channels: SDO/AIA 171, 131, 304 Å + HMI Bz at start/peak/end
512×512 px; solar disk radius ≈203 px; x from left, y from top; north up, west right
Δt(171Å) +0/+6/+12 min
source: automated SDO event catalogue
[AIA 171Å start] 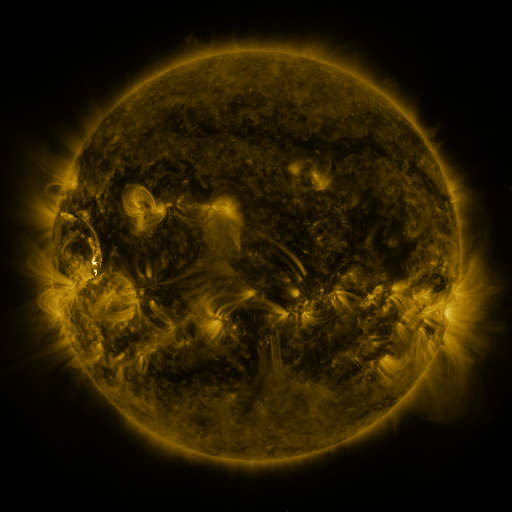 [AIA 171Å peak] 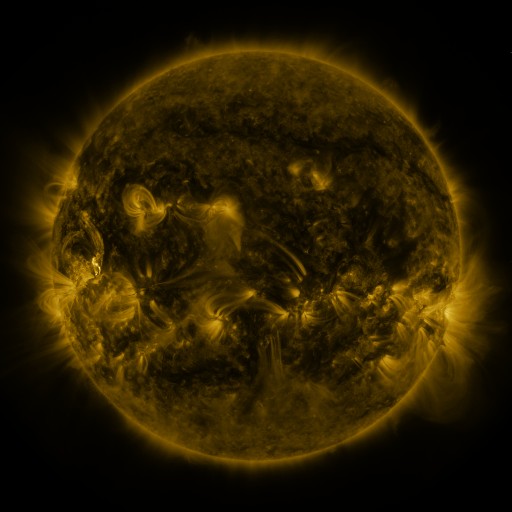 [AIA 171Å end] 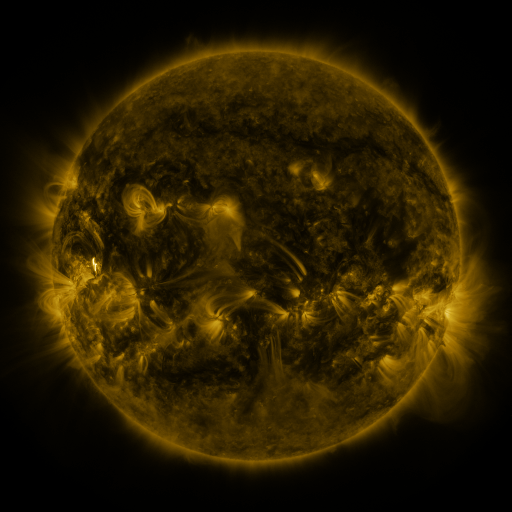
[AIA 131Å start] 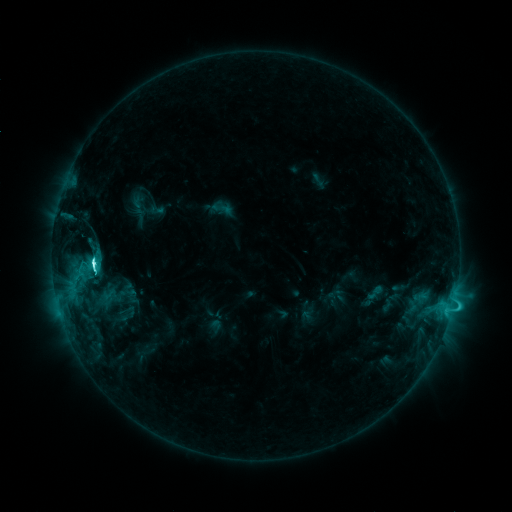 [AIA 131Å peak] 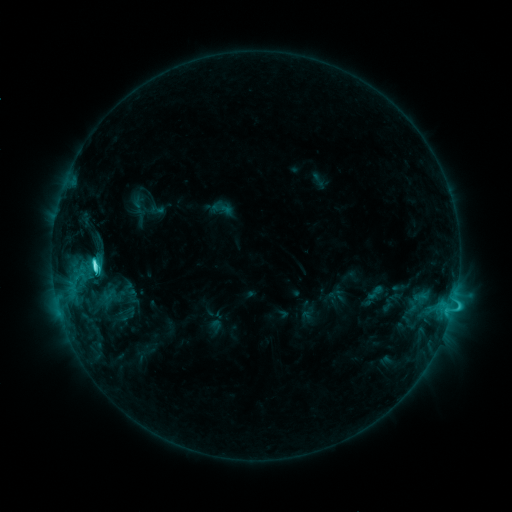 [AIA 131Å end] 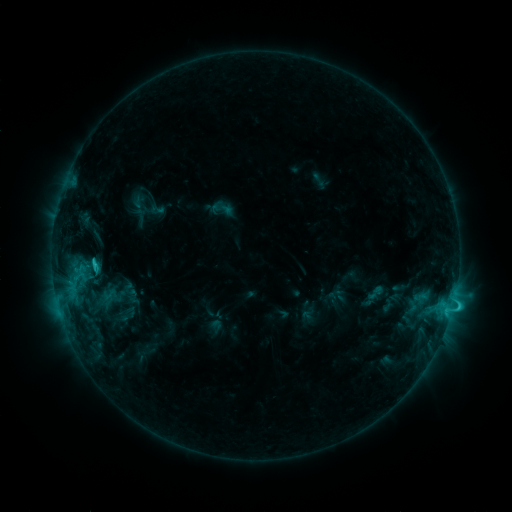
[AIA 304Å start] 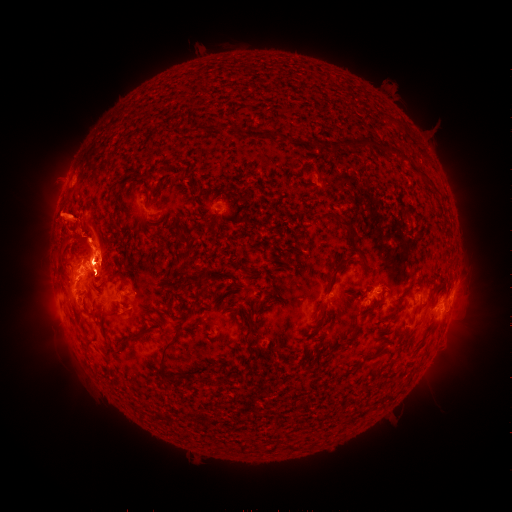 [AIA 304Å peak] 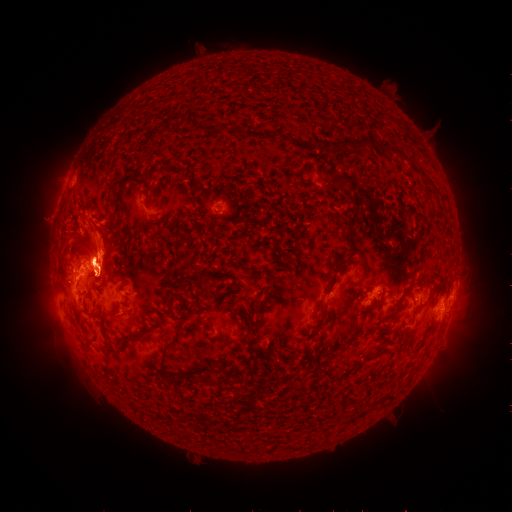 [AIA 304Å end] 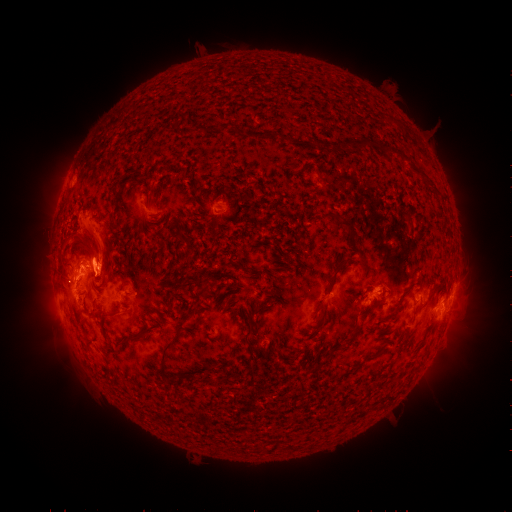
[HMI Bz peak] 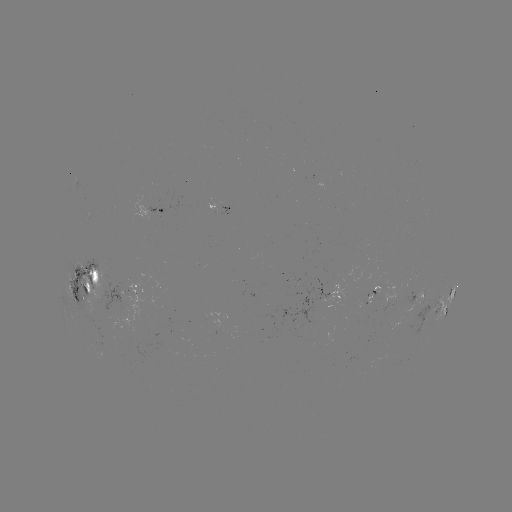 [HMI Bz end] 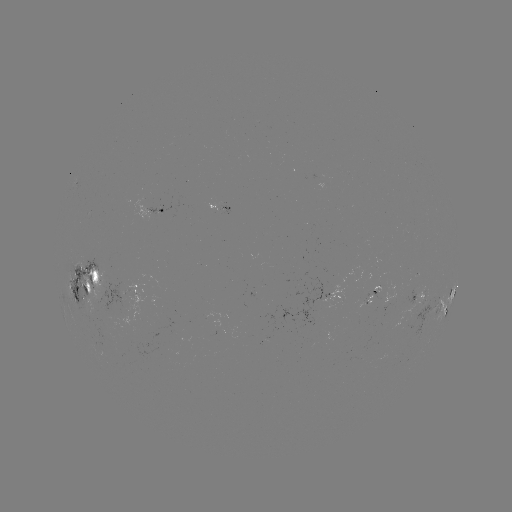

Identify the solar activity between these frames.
eruption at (461, 326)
